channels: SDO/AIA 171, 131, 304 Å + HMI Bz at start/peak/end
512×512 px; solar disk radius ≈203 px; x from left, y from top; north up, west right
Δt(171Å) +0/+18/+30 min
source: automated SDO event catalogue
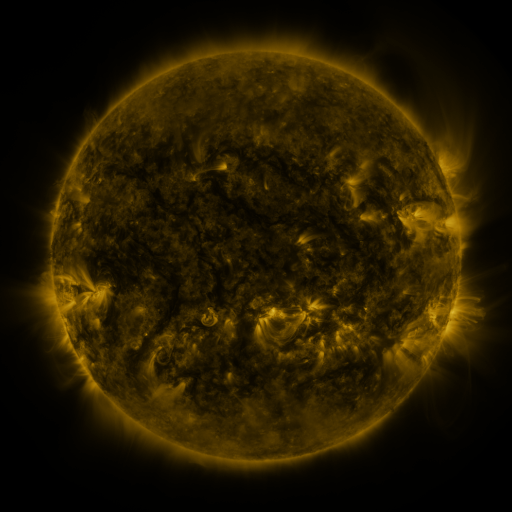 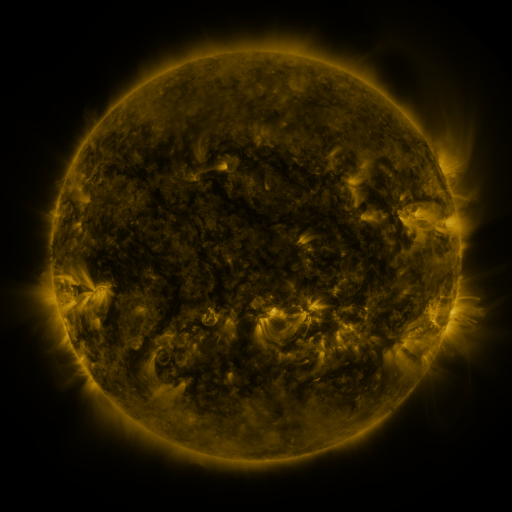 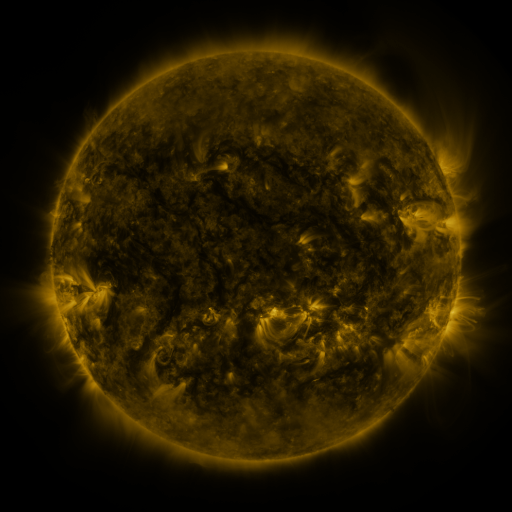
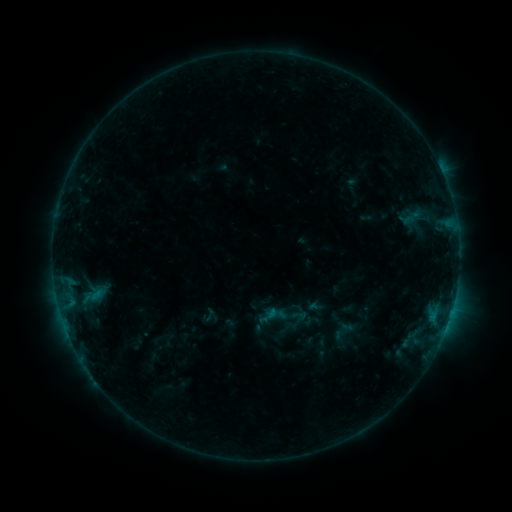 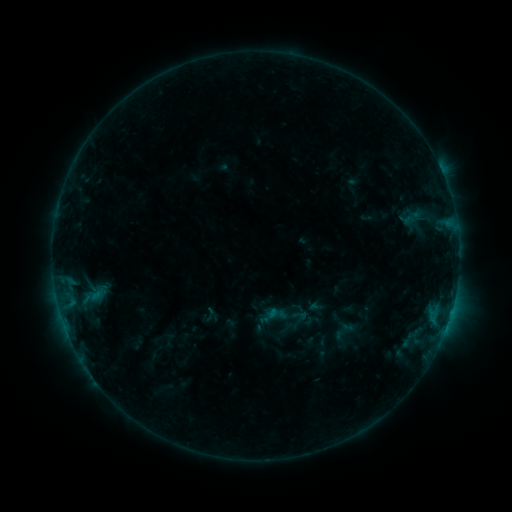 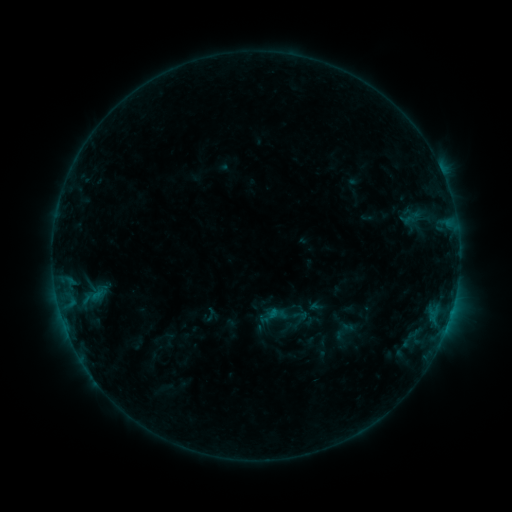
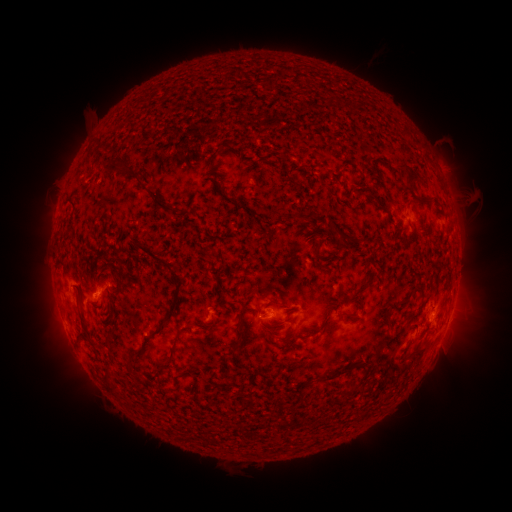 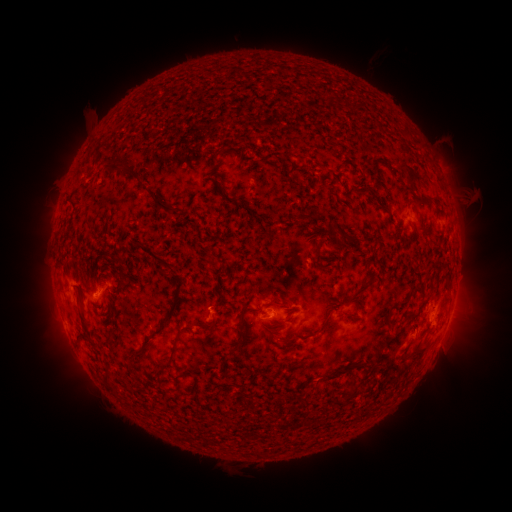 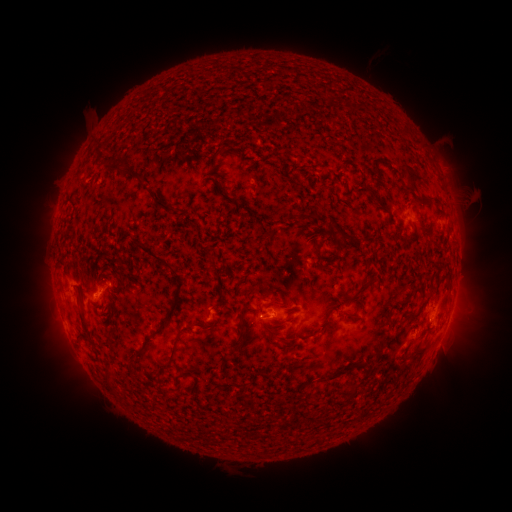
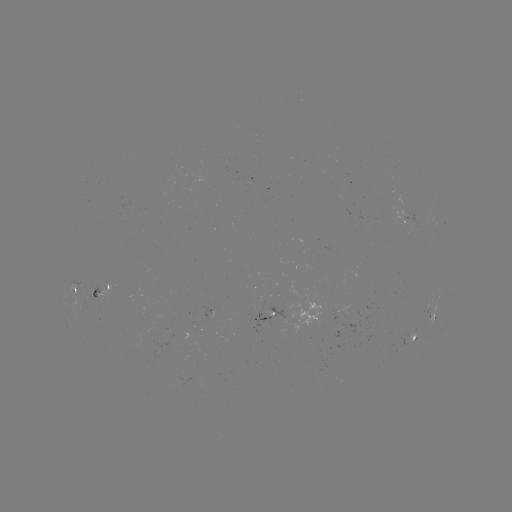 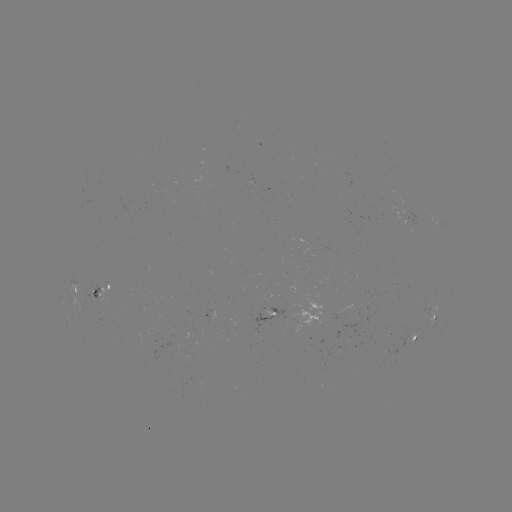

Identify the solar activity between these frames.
no flare in any classed list; no EUV-trigger detection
